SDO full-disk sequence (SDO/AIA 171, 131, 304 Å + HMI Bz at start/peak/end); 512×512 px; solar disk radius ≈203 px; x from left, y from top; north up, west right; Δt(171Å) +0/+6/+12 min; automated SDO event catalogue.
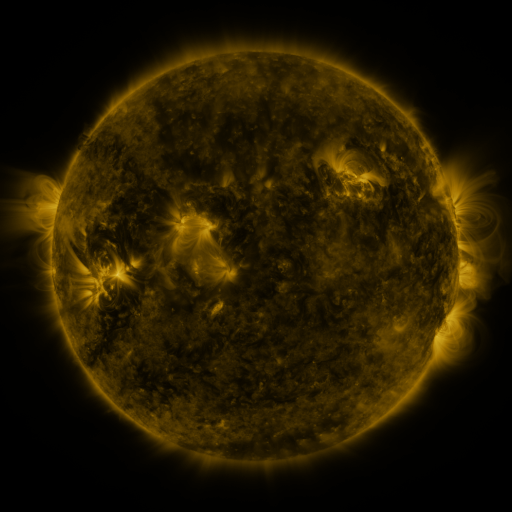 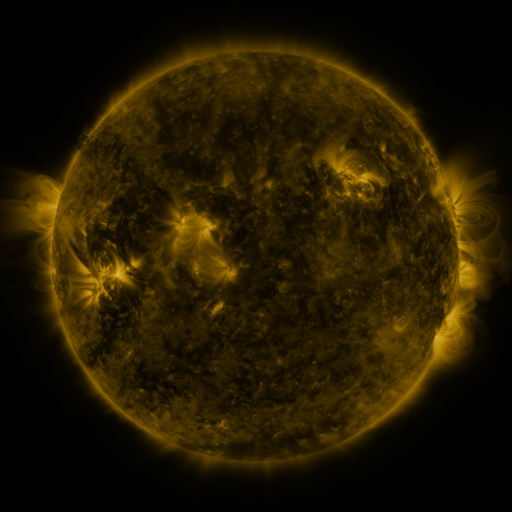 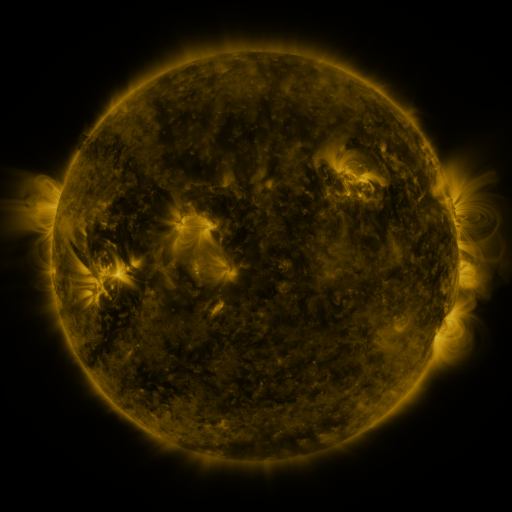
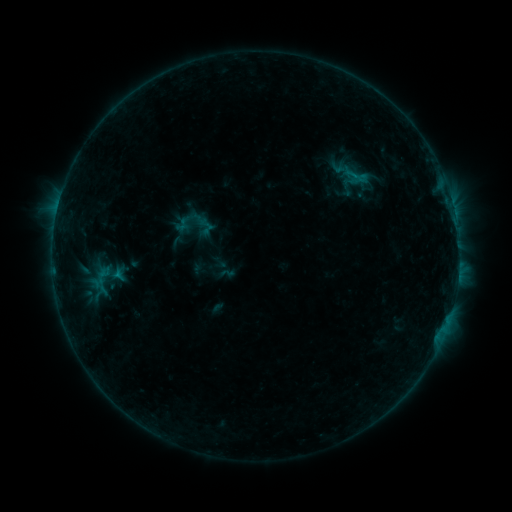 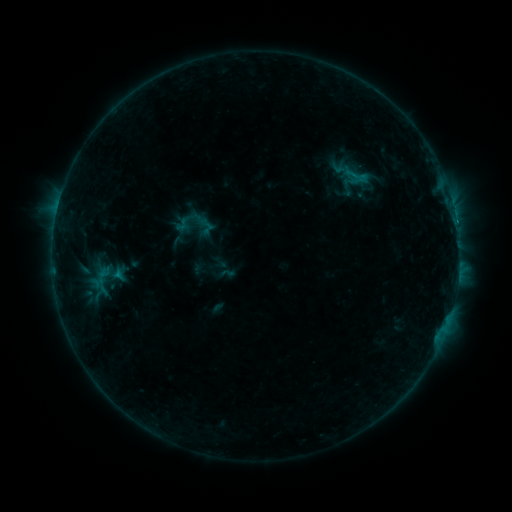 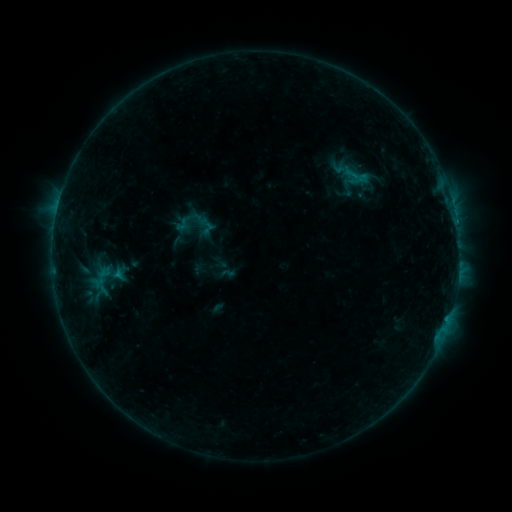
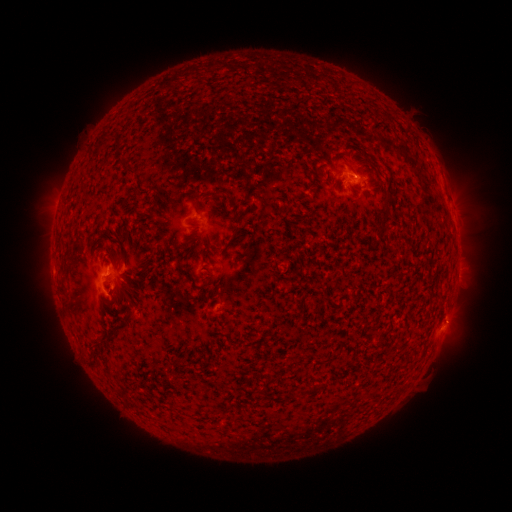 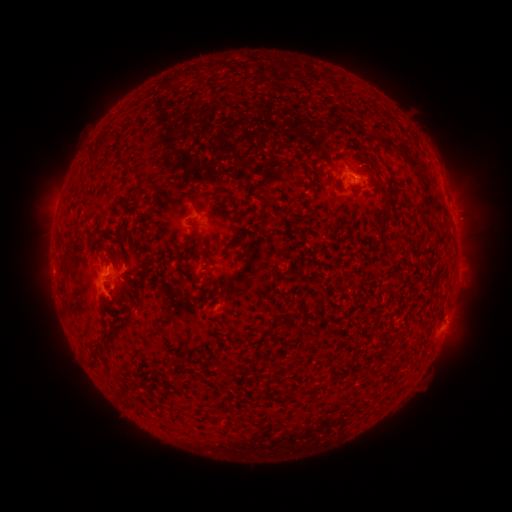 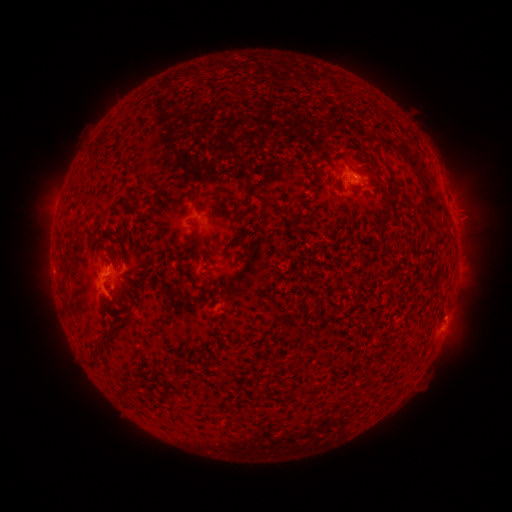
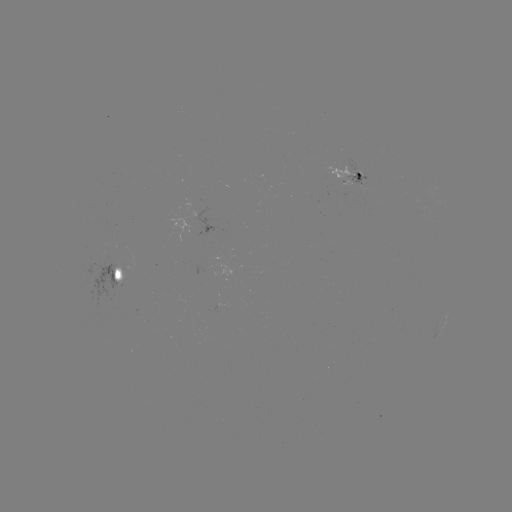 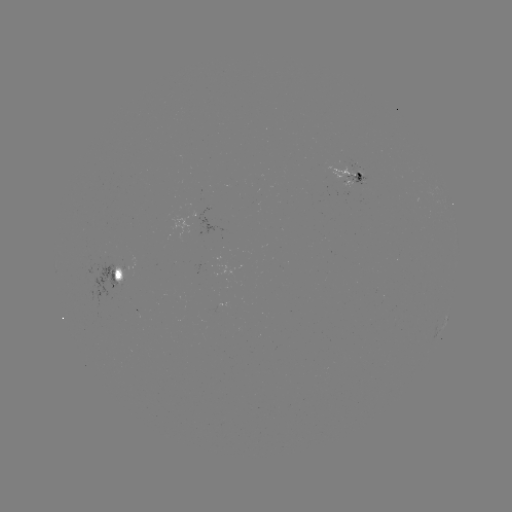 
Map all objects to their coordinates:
C1.2 flare: (456, 224)
